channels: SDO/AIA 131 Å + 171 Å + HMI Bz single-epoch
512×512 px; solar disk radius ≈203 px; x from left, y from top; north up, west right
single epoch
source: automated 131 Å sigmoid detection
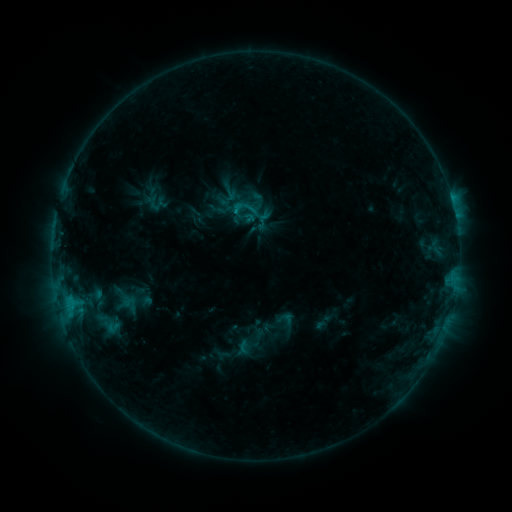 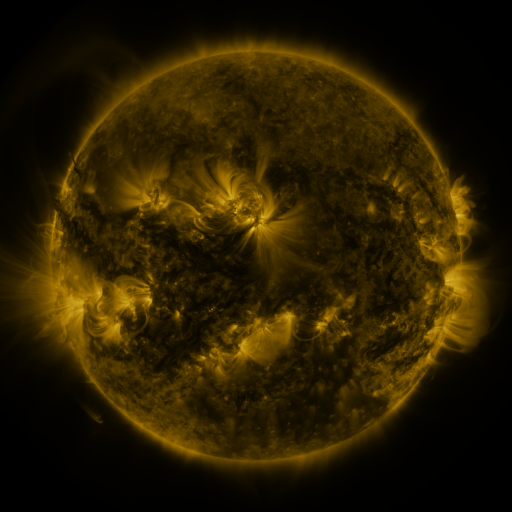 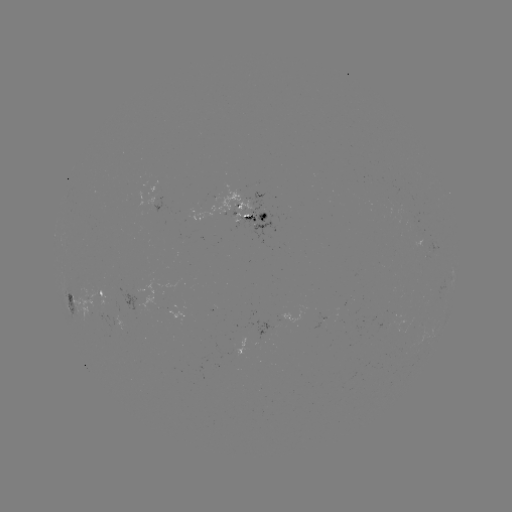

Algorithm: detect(sigmoid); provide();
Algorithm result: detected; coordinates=[132, 305]